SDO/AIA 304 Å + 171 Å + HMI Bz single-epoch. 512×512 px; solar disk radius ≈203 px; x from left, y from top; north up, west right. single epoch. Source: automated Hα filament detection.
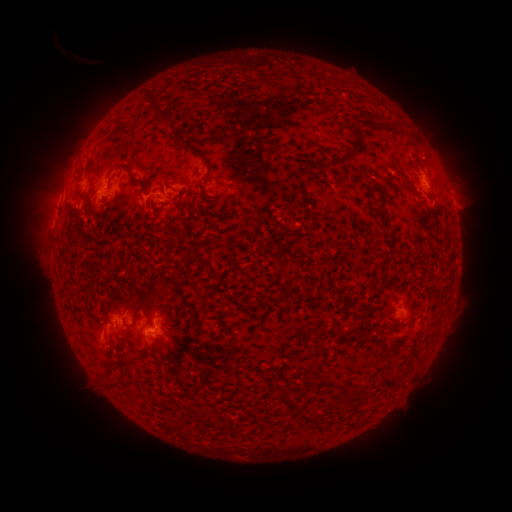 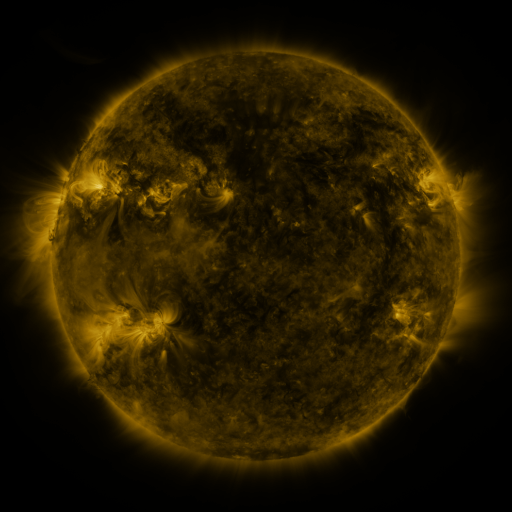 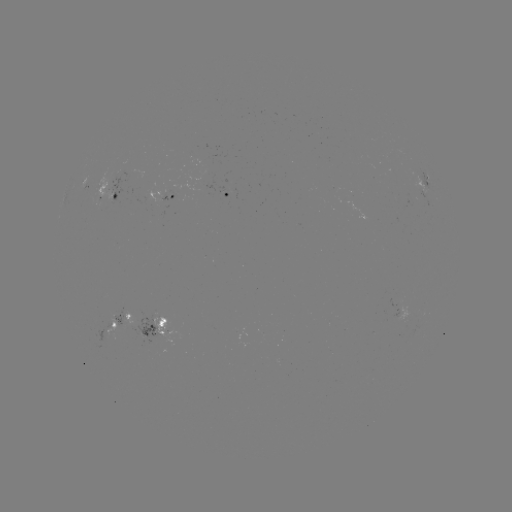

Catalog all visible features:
filament: (277, 85)
filament: (157, 108)
filament: (176, 137)
filament: (335, 164)
filament: (209, 171)
filament: (133, 177)
filament: (88, 197)
filament: (282, 267)
filament: (135, 316)
filament: (80, 319)
filament: (349, 331)
filament: (322, 349)
filament: (116, 381)
filament: (389, 381)
filament: (355, 398)
filament: (299, 408)
